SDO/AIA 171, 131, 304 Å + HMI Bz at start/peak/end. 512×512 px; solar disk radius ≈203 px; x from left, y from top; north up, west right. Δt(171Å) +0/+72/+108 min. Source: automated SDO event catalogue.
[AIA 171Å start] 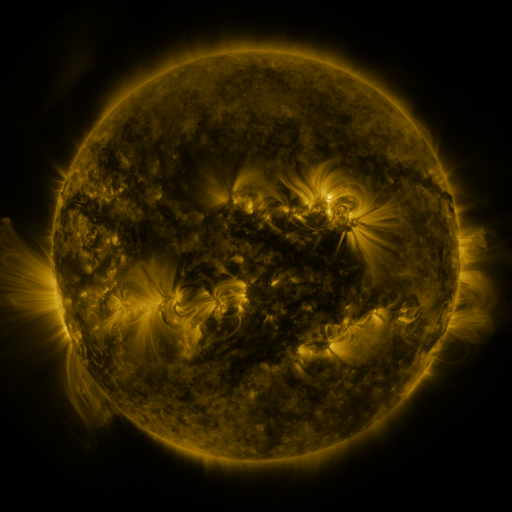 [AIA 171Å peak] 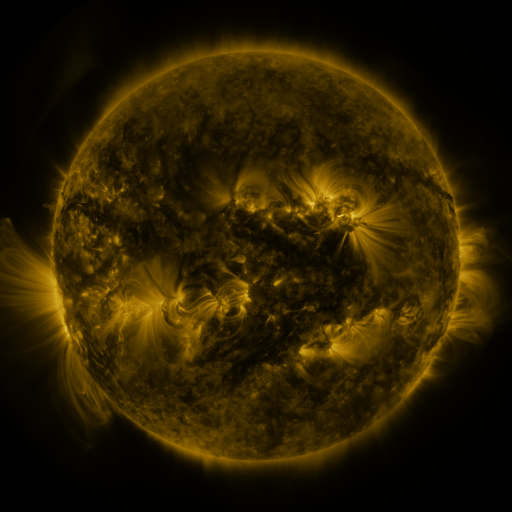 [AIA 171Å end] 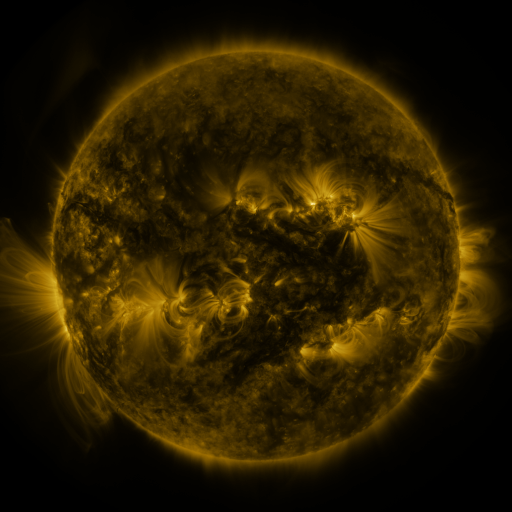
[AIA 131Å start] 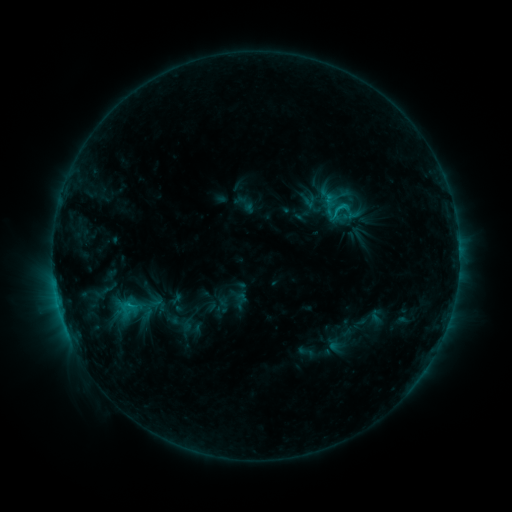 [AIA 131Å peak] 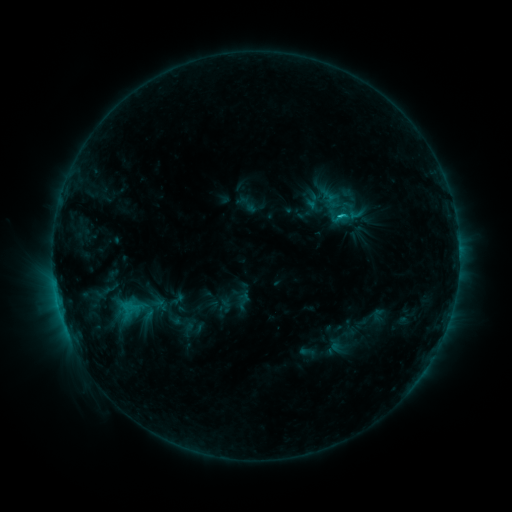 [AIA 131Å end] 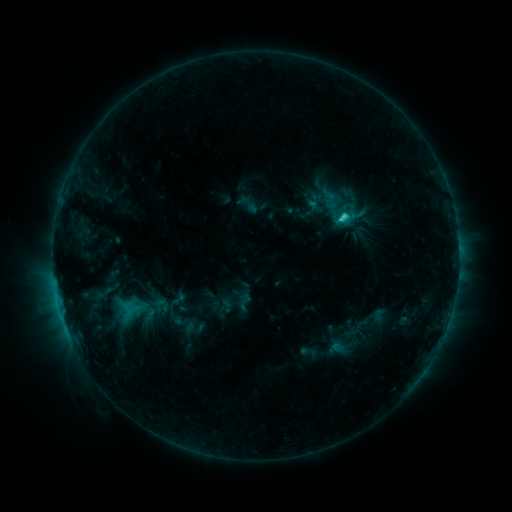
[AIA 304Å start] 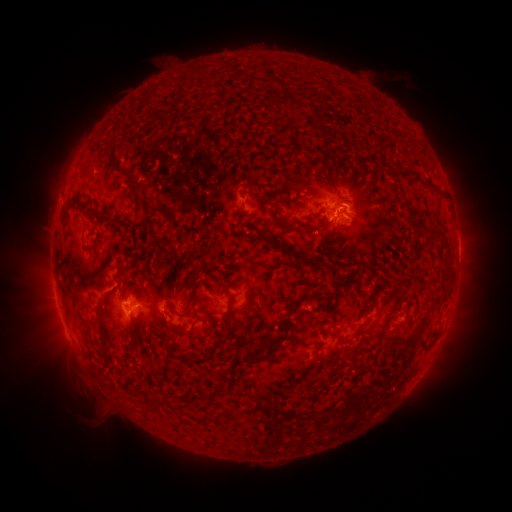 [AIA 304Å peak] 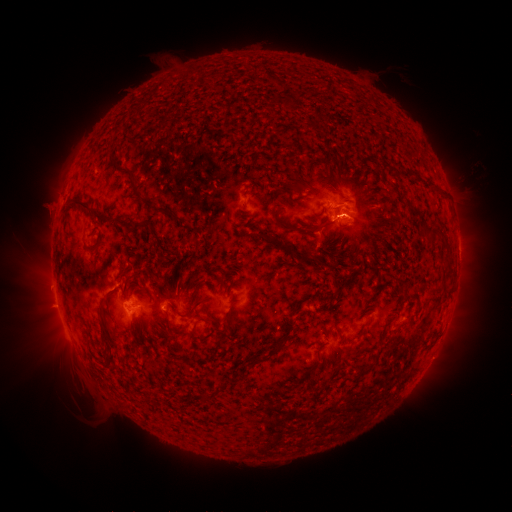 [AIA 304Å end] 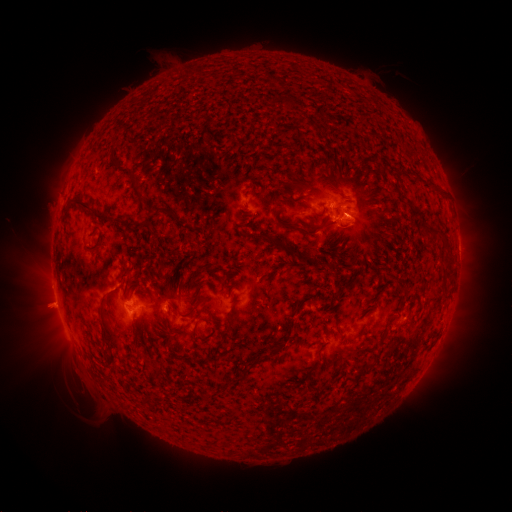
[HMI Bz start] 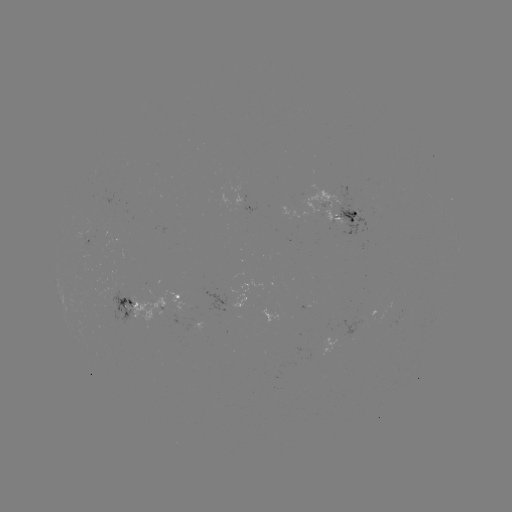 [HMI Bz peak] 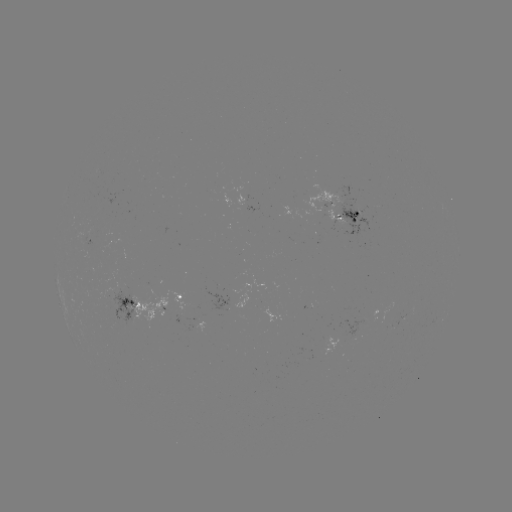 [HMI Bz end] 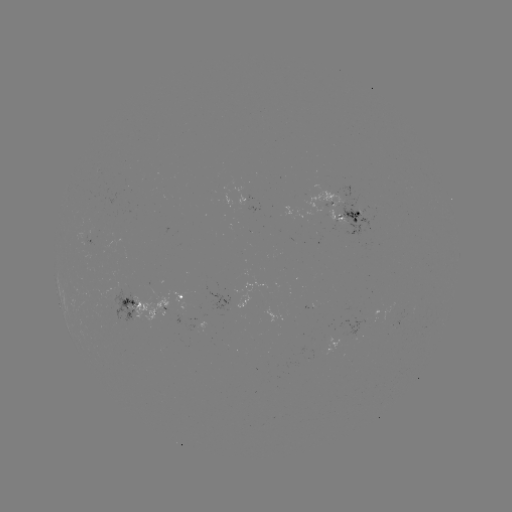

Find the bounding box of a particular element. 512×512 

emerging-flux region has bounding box [299, 185, 347, 221].